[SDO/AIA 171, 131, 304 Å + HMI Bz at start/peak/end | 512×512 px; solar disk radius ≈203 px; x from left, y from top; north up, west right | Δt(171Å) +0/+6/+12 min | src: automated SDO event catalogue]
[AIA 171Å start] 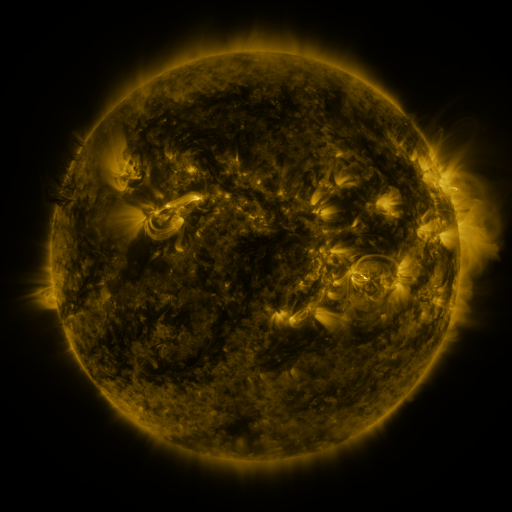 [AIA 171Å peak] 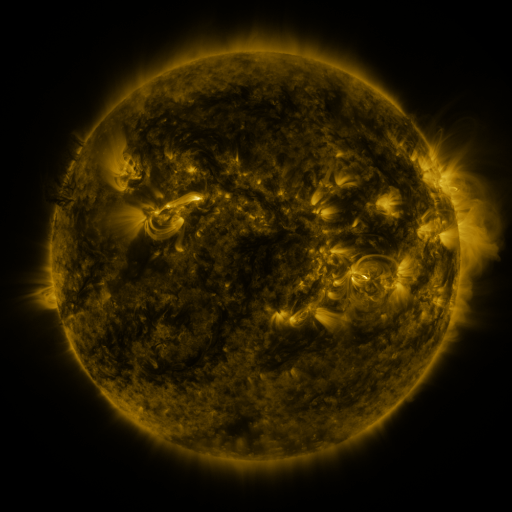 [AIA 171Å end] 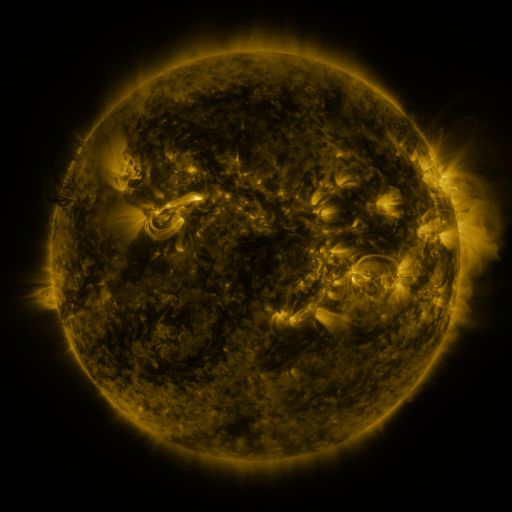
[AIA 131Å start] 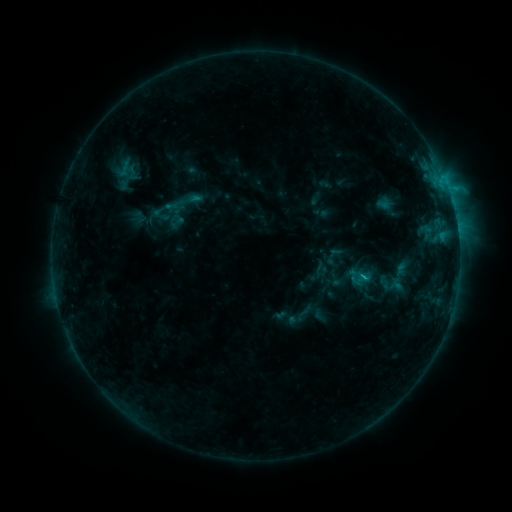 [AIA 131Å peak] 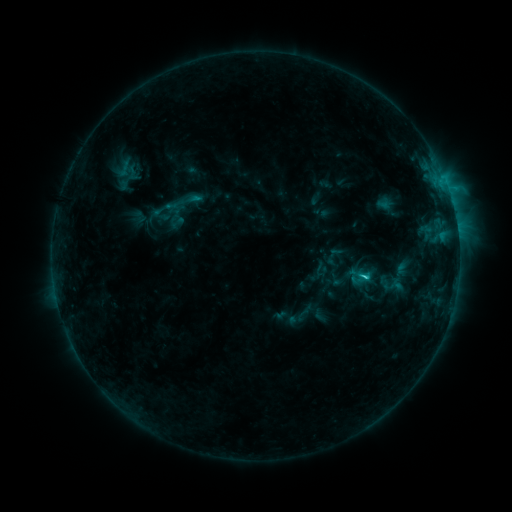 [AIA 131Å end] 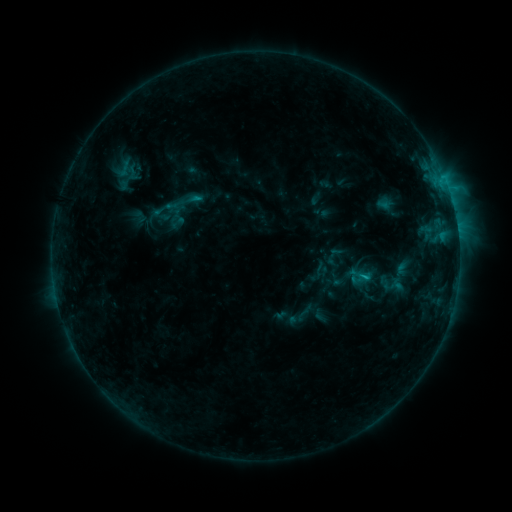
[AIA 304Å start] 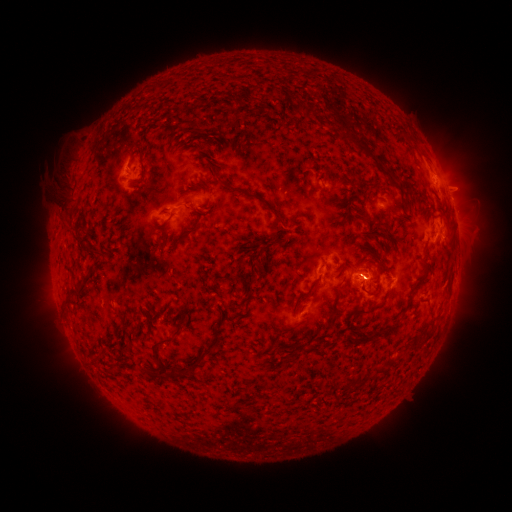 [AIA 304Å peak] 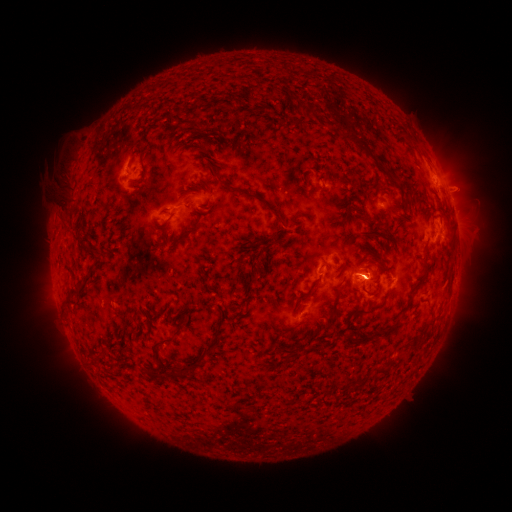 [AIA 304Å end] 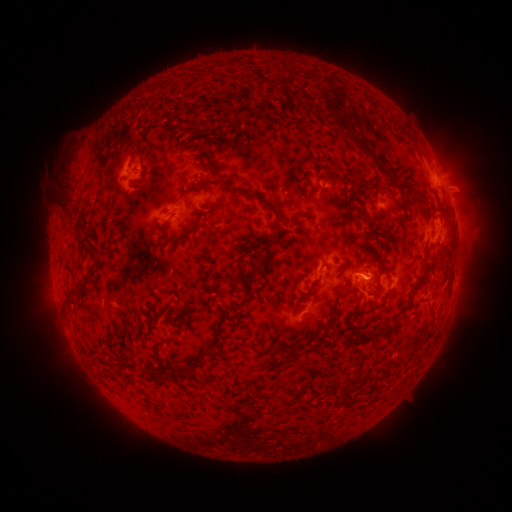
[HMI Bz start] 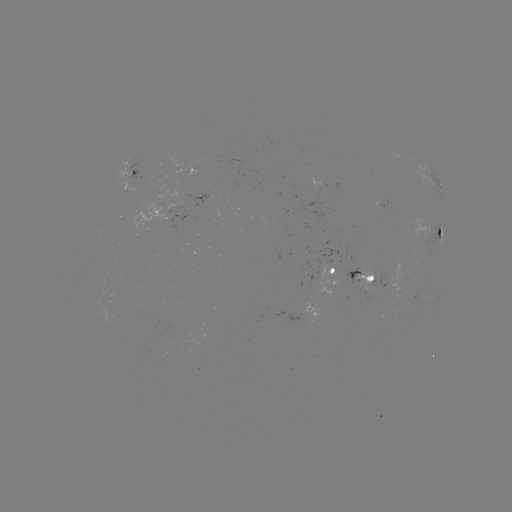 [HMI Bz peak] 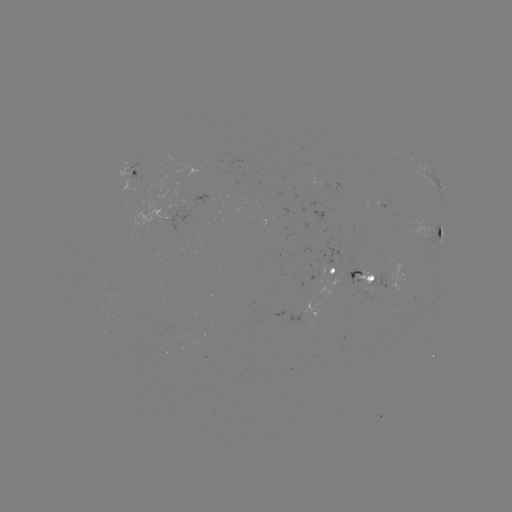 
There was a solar flare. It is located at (362, 273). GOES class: C1.3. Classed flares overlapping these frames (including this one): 1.